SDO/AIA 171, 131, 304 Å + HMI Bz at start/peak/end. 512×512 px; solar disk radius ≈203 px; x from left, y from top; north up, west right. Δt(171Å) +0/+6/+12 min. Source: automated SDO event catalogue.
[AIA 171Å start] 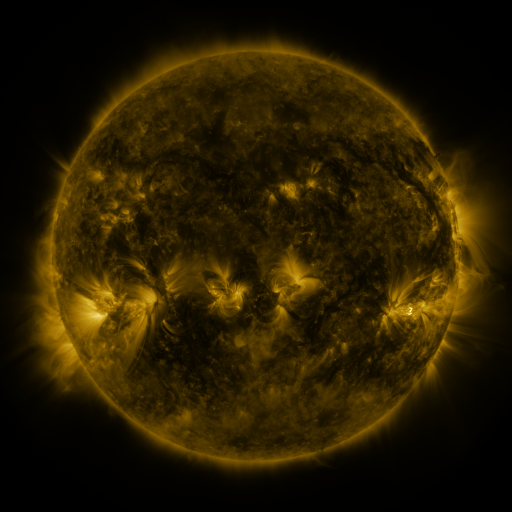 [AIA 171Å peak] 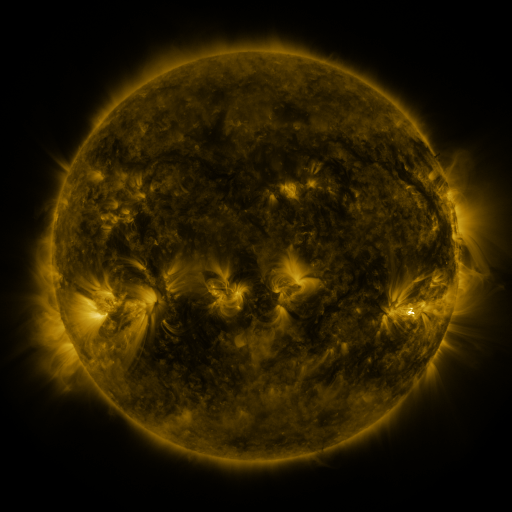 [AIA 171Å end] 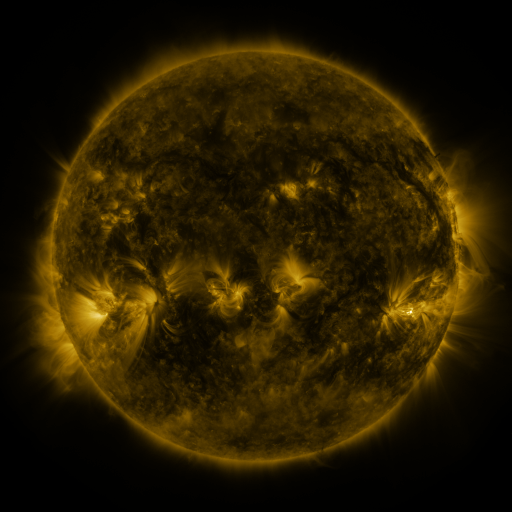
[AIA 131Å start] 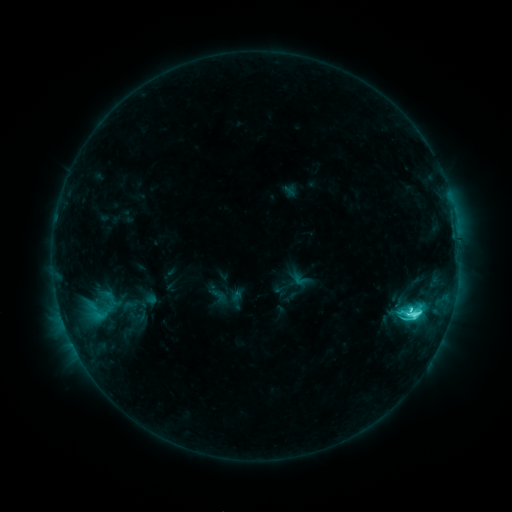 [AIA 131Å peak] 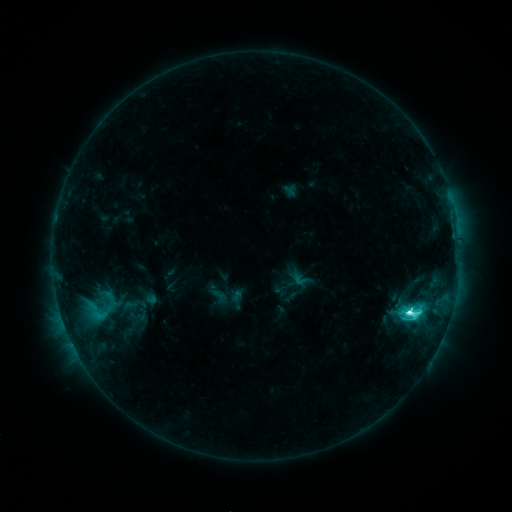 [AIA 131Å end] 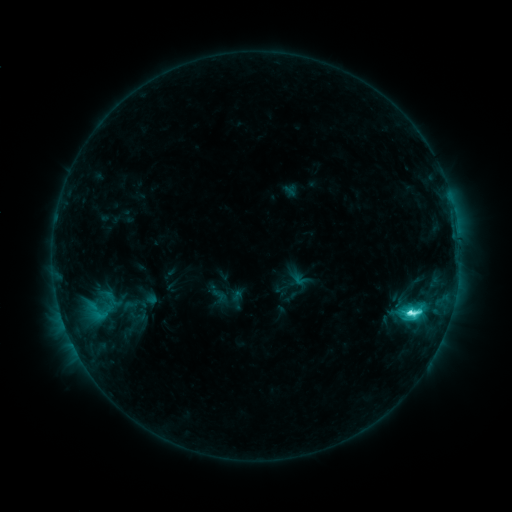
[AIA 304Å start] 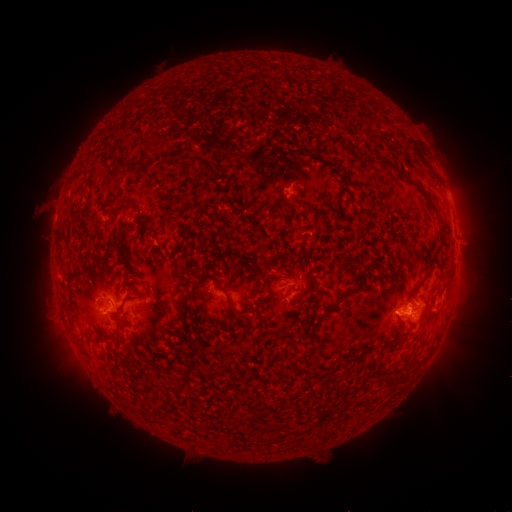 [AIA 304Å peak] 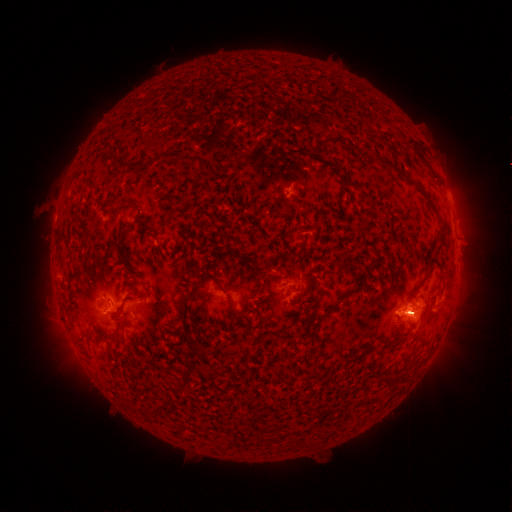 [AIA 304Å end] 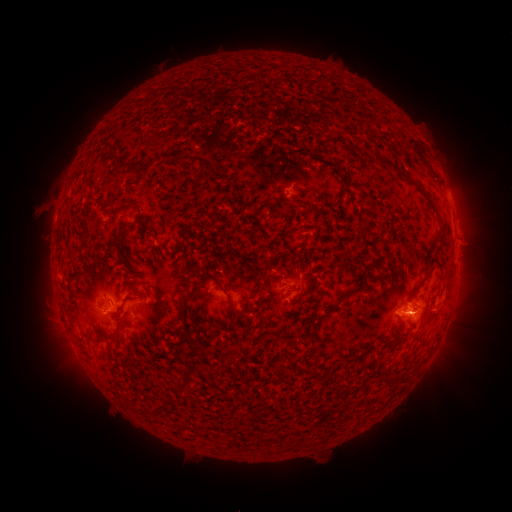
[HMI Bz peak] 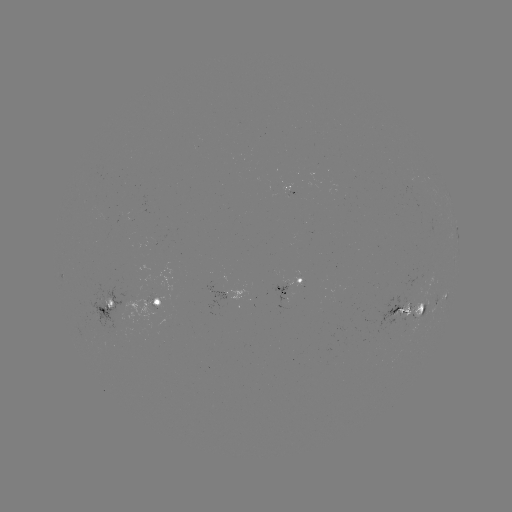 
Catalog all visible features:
M1.1 flare: (409, 311)
